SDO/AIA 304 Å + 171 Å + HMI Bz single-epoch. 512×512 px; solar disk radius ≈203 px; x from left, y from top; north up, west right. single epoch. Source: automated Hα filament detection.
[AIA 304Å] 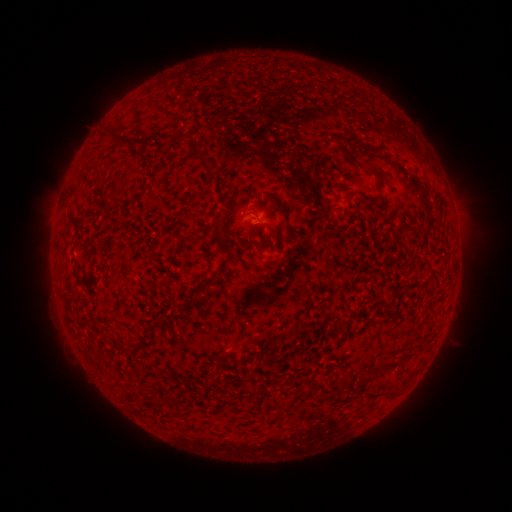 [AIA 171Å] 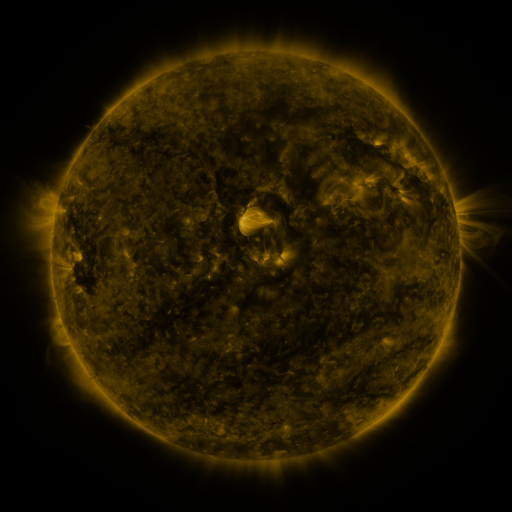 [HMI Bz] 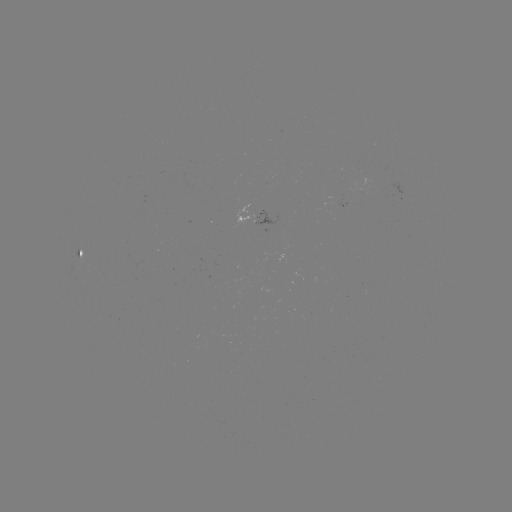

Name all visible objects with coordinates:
filament: (122, 140)
filament: (133, 144)
filament: (162, 149)
filament: (343, 150)
filament: (202, 159)
filament: (381, 172)
filament: (423, 192)
filament: (218, 226)
filament: (74, 273)
filament: (391, 364)
